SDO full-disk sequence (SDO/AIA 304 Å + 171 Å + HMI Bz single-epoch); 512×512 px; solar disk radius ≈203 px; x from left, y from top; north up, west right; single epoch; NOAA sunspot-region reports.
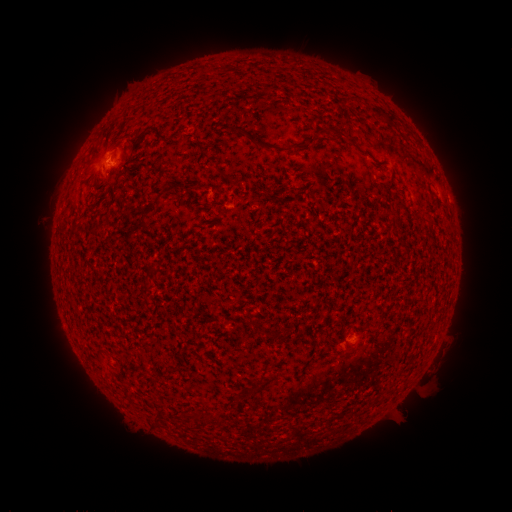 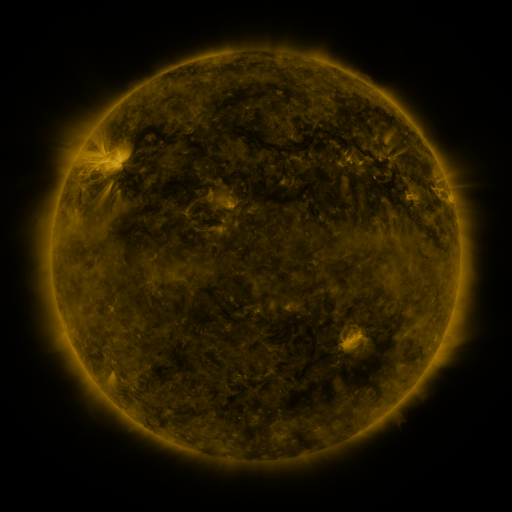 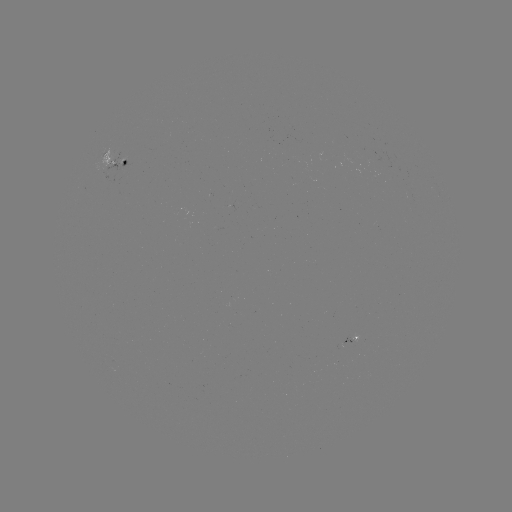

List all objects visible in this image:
spotted active region: (110, 160)
spotted active region: (351, 338)
